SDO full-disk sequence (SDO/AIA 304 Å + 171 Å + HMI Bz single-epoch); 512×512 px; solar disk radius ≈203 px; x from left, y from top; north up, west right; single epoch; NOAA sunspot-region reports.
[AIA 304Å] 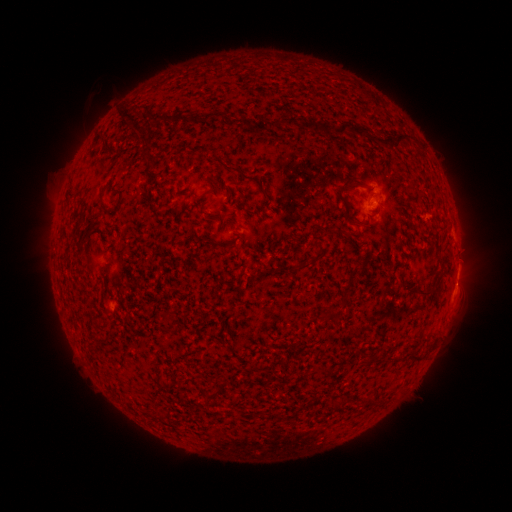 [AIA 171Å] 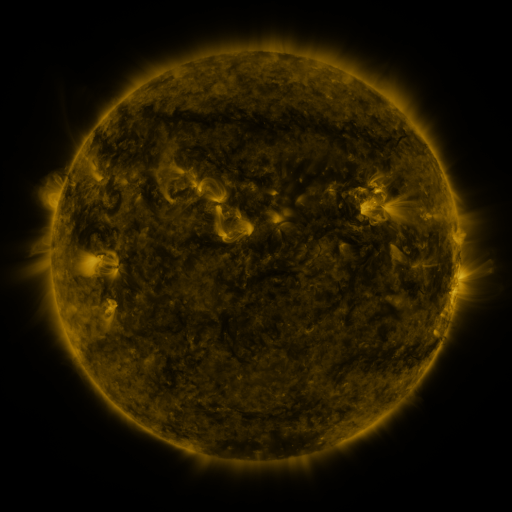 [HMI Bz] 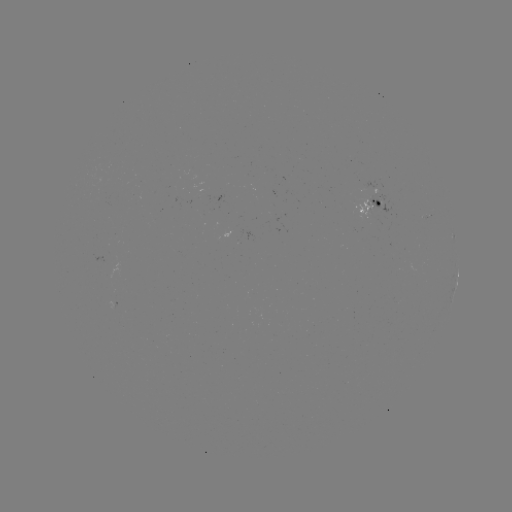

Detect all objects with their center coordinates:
spotted active region: (372, 206)
spotted active region: (457, 280)
